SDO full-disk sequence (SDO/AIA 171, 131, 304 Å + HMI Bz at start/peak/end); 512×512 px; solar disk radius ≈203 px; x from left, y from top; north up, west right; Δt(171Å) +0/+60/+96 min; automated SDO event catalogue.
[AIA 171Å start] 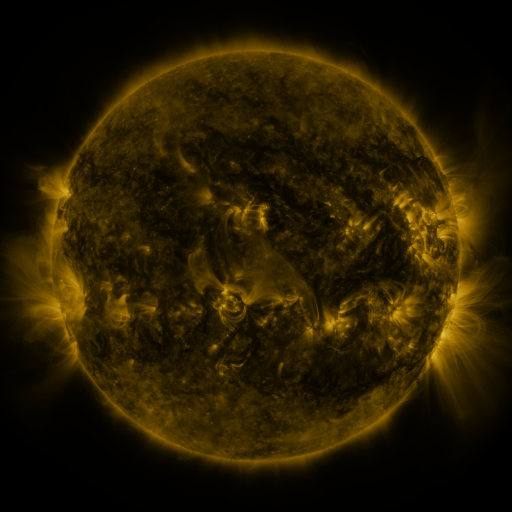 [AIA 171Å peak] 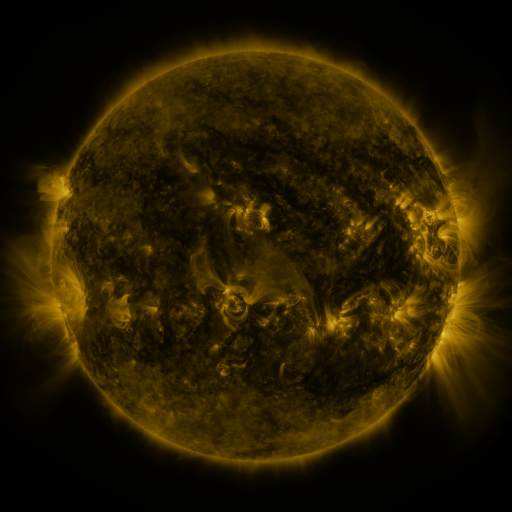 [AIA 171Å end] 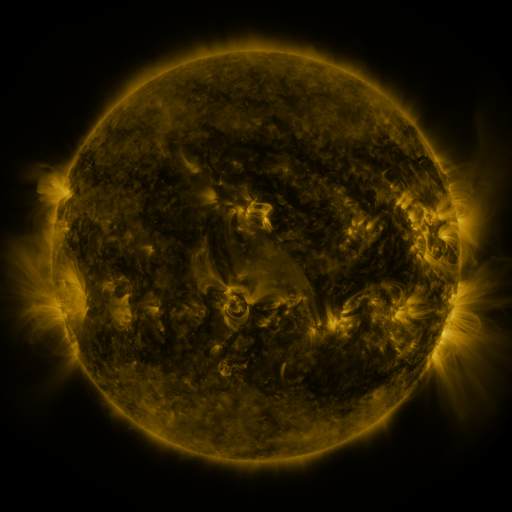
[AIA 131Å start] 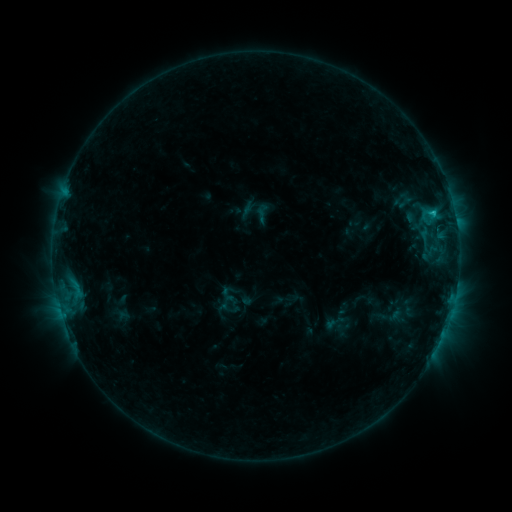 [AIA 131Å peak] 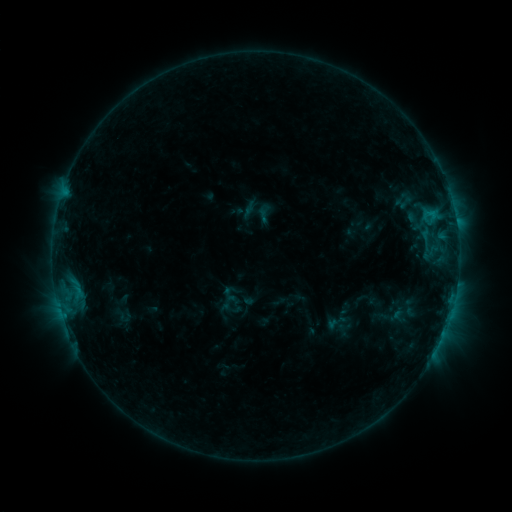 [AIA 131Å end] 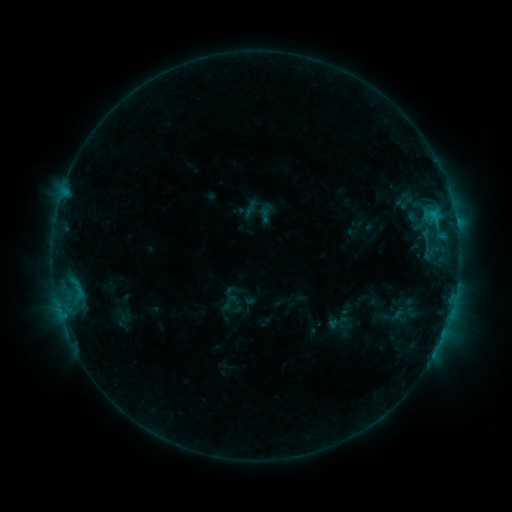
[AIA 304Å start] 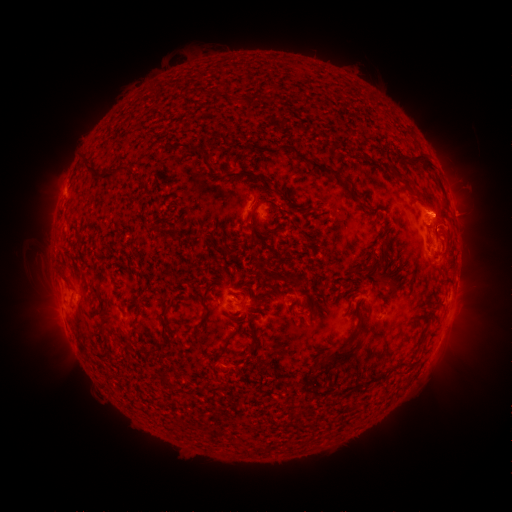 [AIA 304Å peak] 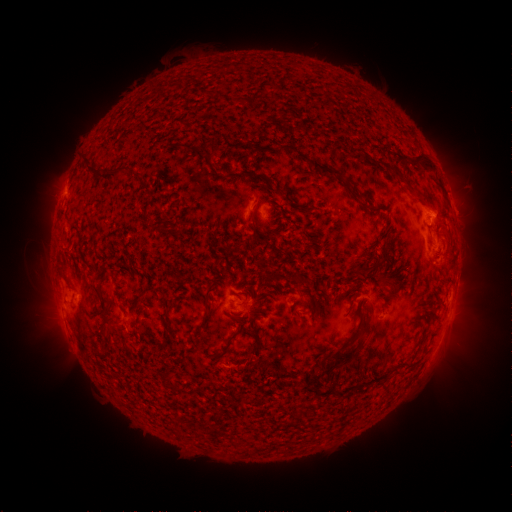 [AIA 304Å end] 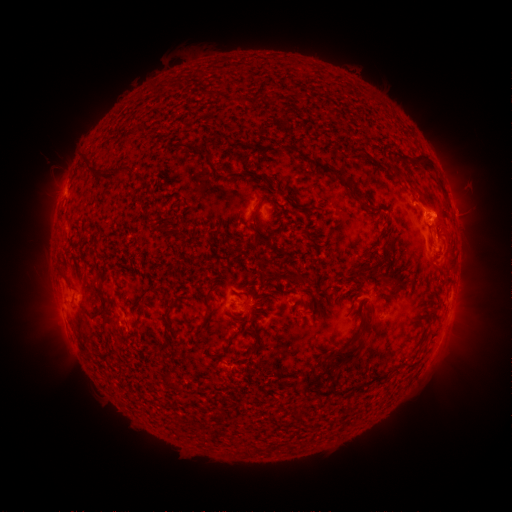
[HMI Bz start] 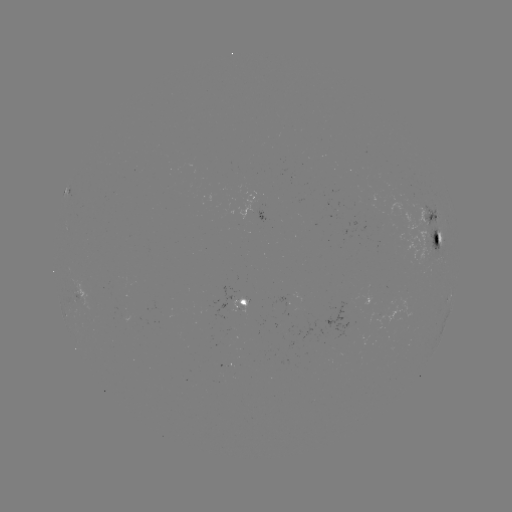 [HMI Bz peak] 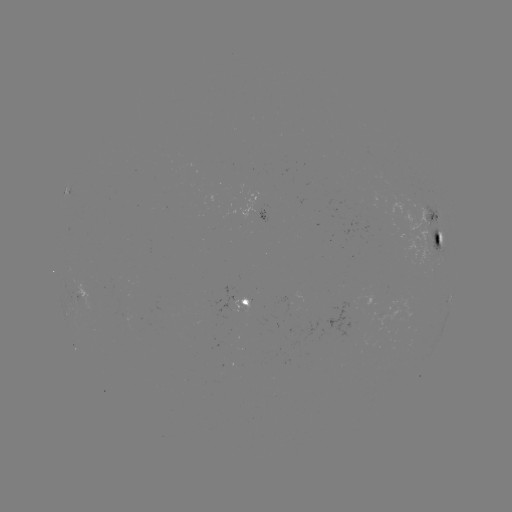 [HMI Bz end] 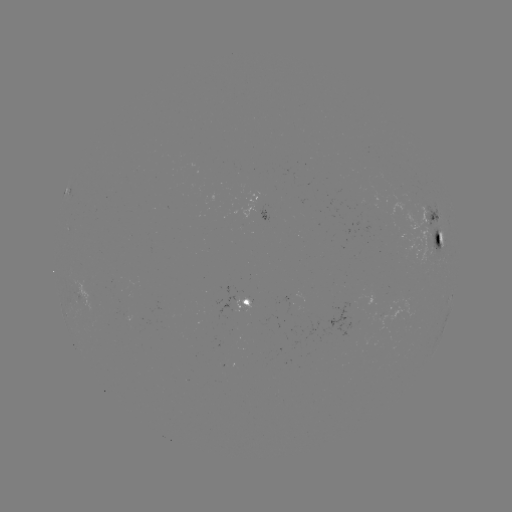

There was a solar emerging-flux region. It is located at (260, 208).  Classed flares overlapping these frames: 1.